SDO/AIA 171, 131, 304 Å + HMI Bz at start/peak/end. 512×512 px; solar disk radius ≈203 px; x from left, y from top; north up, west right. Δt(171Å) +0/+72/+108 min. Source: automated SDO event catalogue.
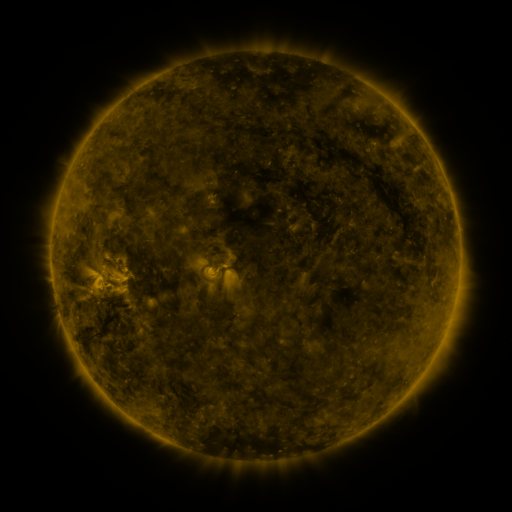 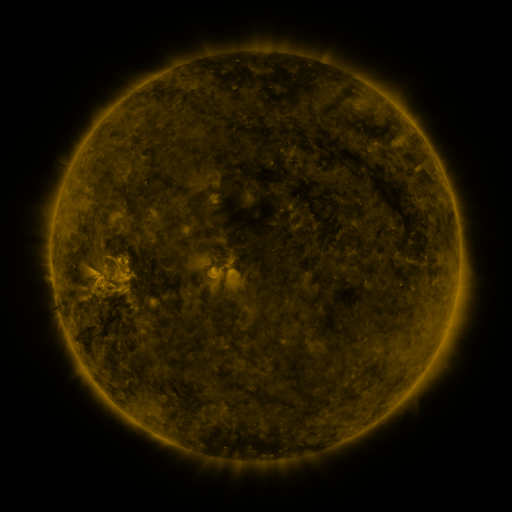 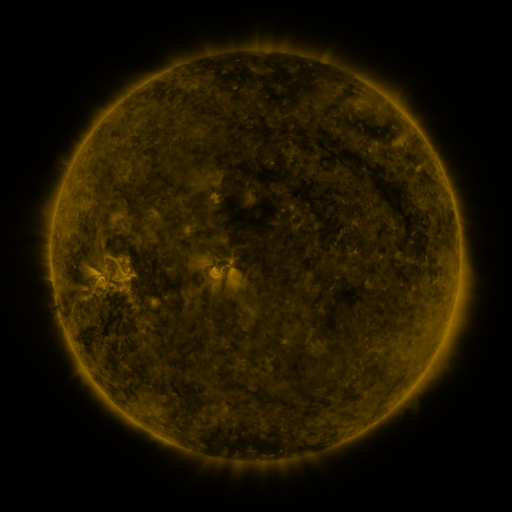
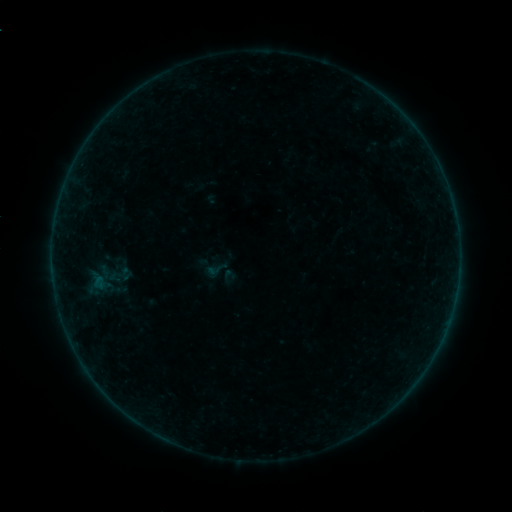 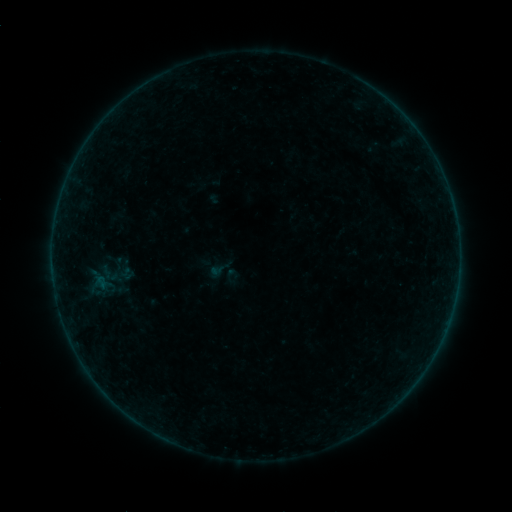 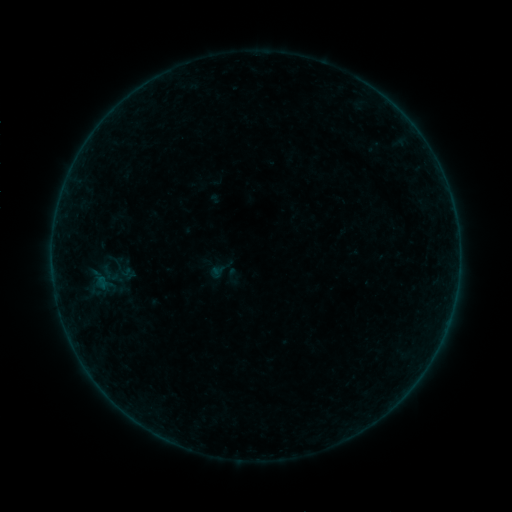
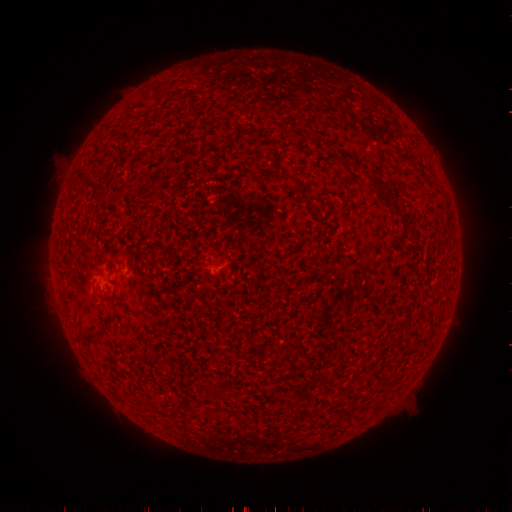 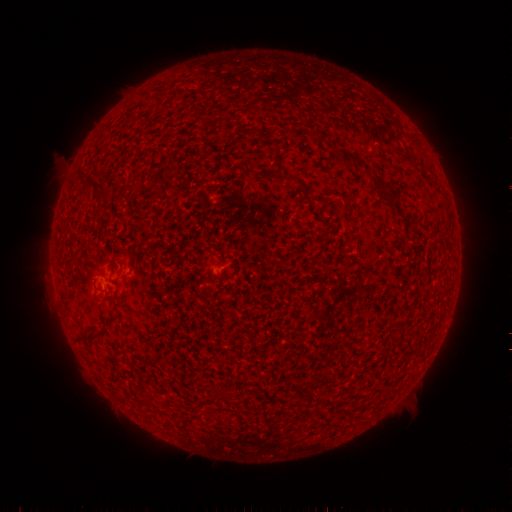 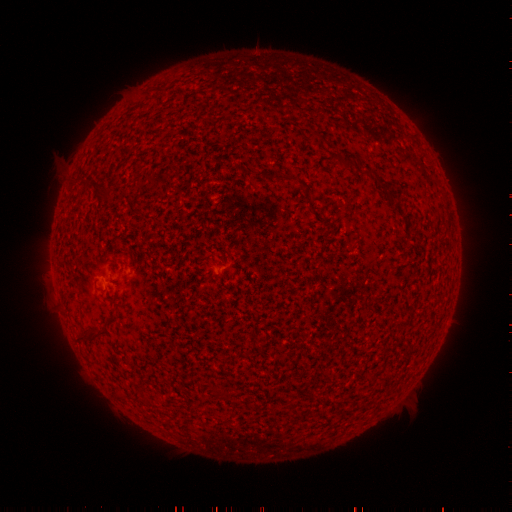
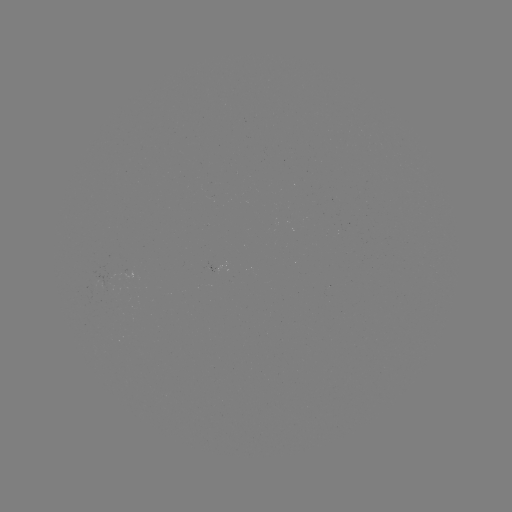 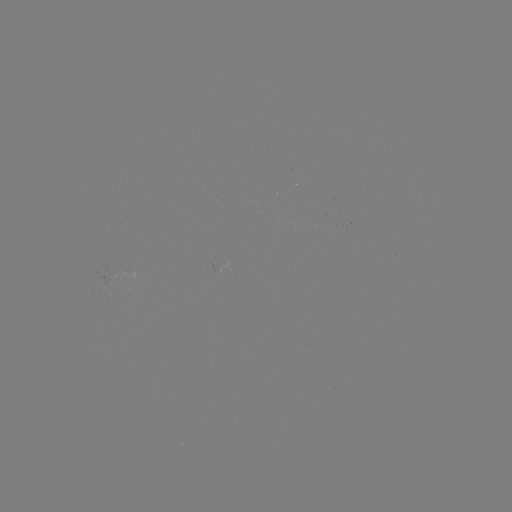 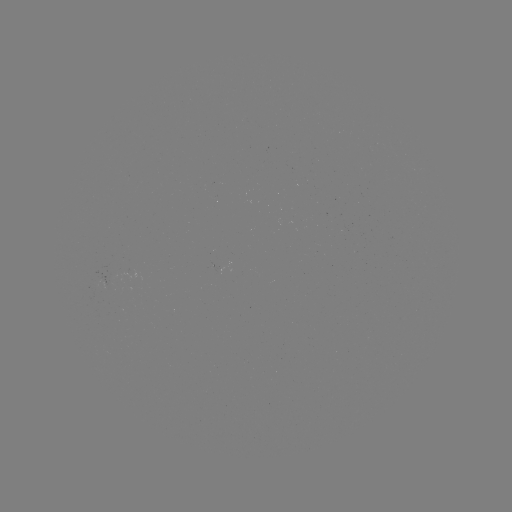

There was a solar emerging-flux region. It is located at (97, 287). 